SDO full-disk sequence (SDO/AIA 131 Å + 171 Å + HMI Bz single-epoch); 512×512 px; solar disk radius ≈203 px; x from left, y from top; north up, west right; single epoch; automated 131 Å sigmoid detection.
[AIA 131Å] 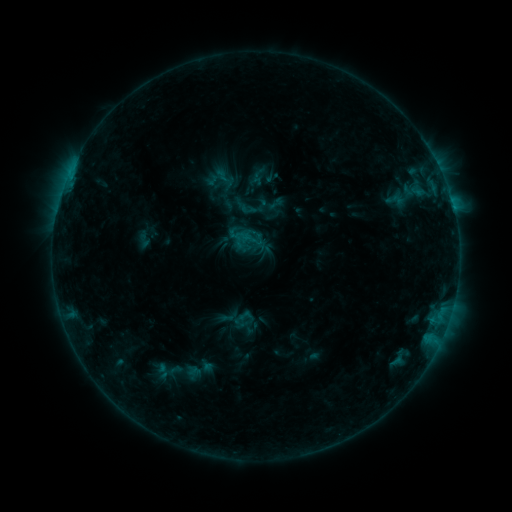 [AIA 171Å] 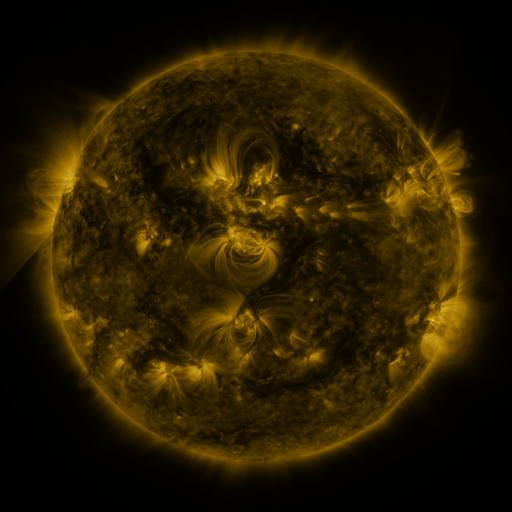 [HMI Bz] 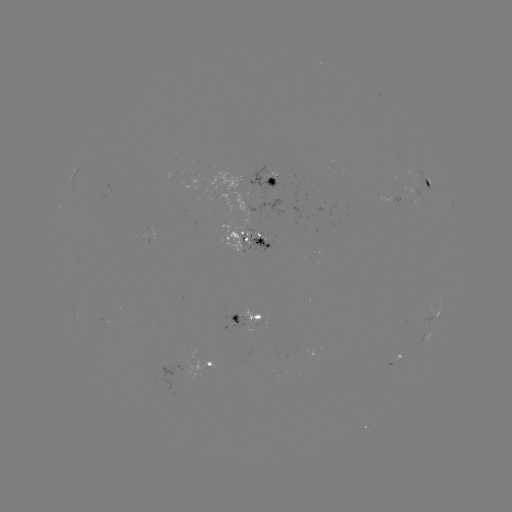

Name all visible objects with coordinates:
sigmoid: (266, 195, 285, 212)
